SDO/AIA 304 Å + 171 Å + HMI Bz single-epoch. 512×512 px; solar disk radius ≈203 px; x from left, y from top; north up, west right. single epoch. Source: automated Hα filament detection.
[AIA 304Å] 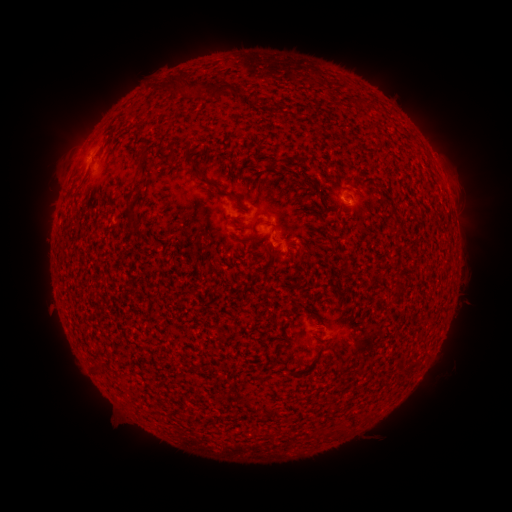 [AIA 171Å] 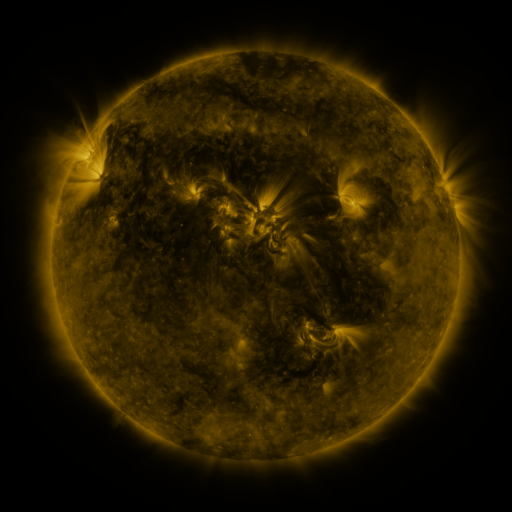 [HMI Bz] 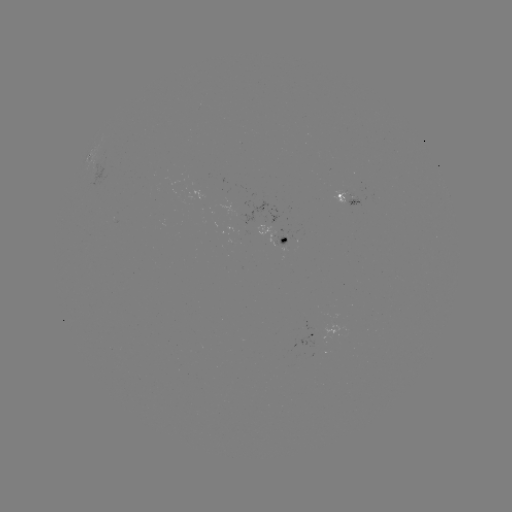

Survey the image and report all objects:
filament: (178, 81)
filament: (218, 89)
filament: (361, 102)
filament: (142, 153)
filament: (192, 162)
filament: (210, 183)
filament: (231, 195)
filament: (128, 212)
filament: (96, 368)
